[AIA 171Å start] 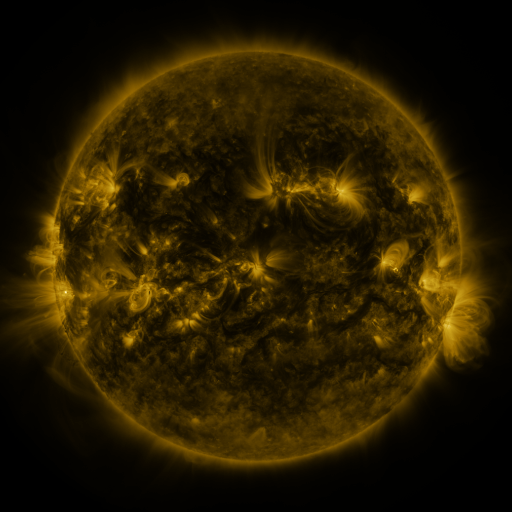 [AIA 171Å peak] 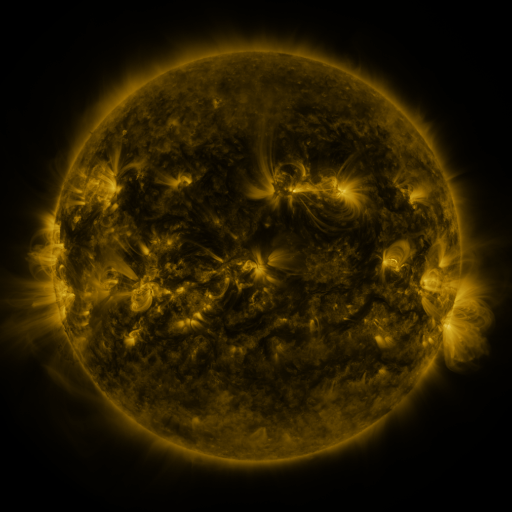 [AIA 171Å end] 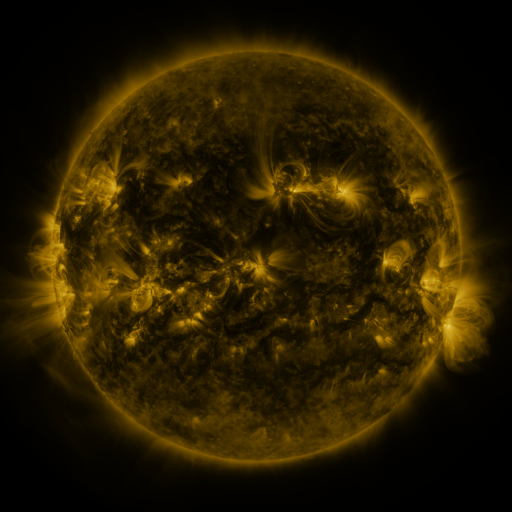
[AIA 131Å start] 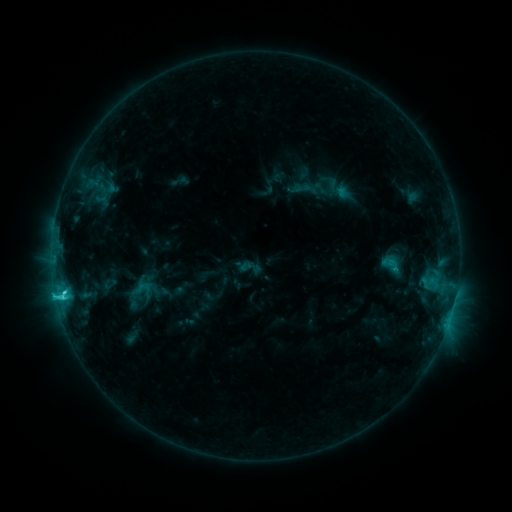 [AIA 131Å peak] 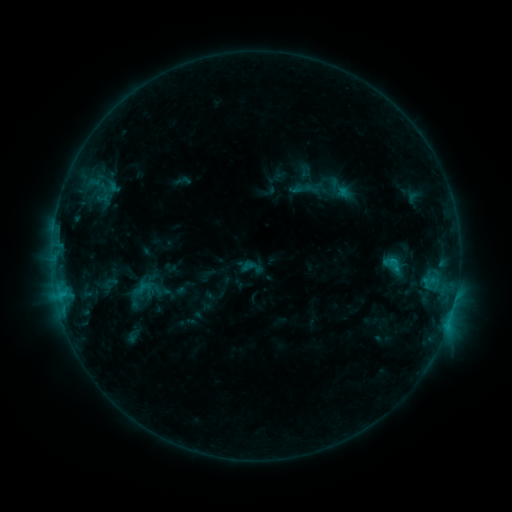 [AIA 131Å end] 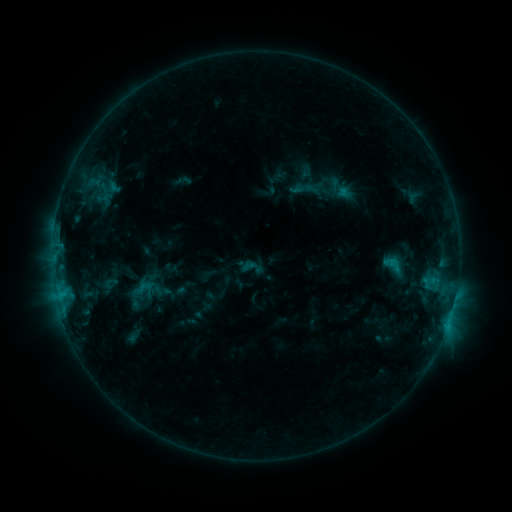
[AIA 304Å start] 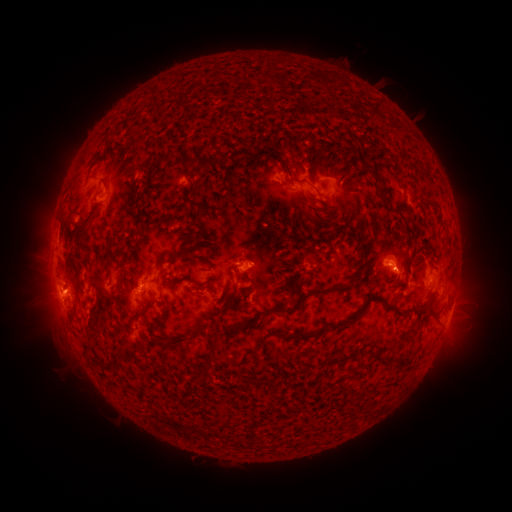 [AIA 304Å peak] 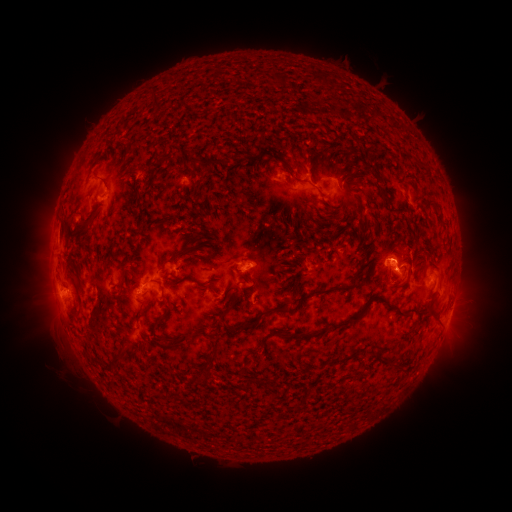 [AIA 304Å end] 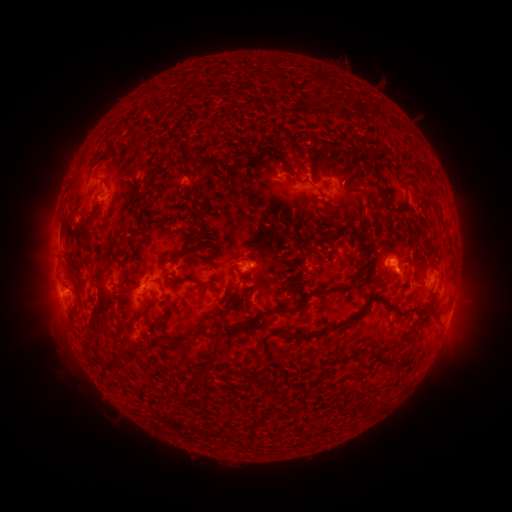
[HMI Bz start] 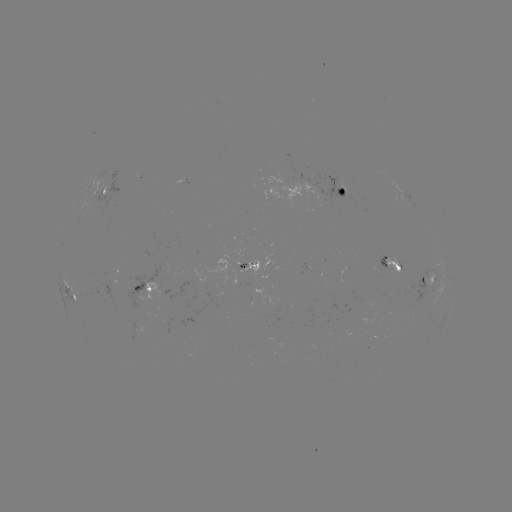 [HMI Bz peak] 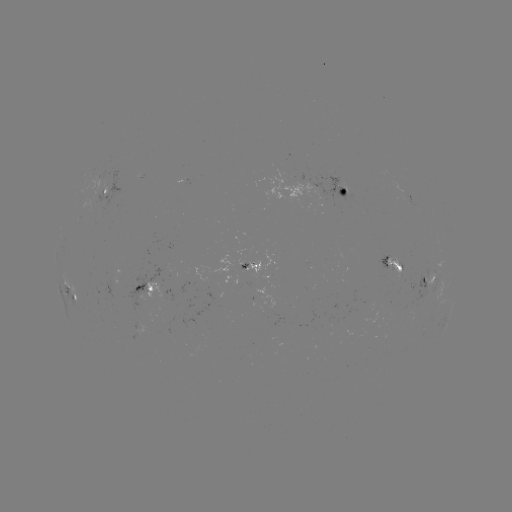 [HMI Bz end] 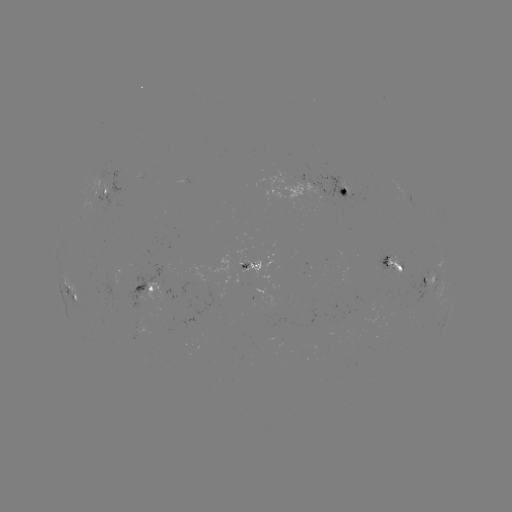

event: emerging-flux region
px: (253, 288)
